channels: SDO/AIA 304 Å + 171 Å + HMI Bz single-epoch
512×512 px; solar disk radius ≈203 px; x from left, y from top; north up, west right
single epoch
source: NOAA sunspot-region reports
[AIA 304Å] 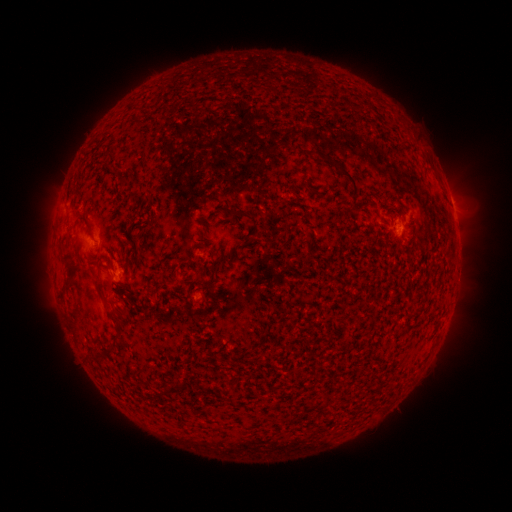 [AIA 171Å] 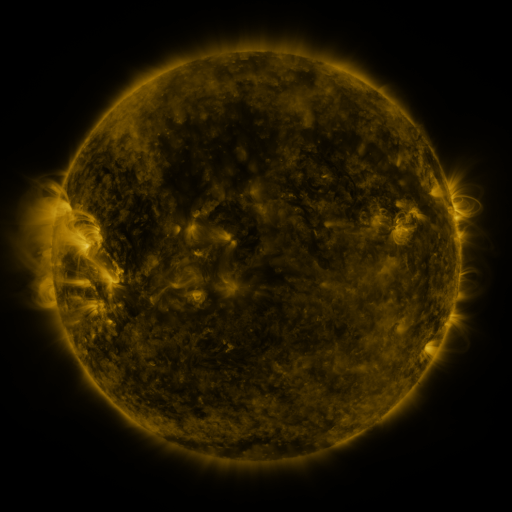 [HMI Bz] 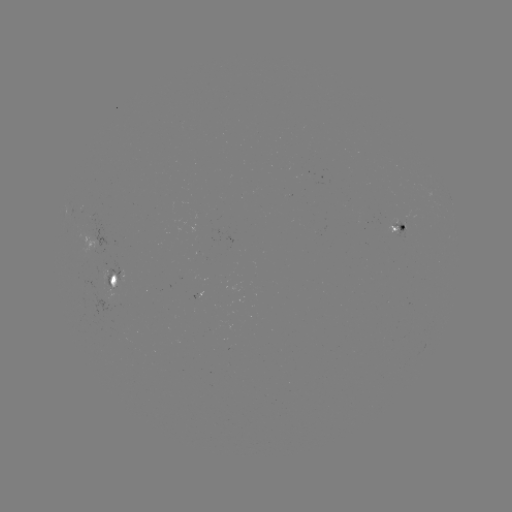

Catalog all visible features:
spotted active region: (453, 206)
spotted active region: (398, 229)
spotted active region: (117, 279)
